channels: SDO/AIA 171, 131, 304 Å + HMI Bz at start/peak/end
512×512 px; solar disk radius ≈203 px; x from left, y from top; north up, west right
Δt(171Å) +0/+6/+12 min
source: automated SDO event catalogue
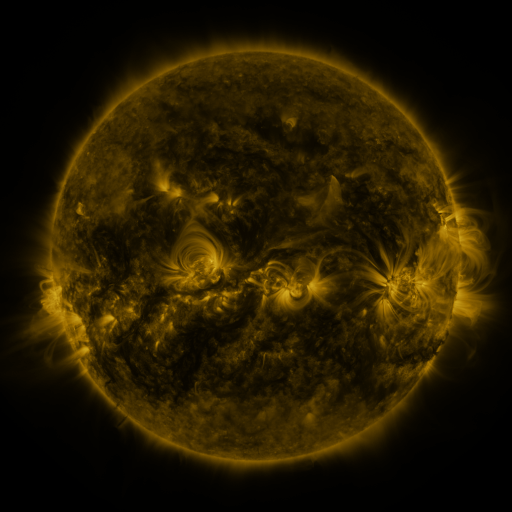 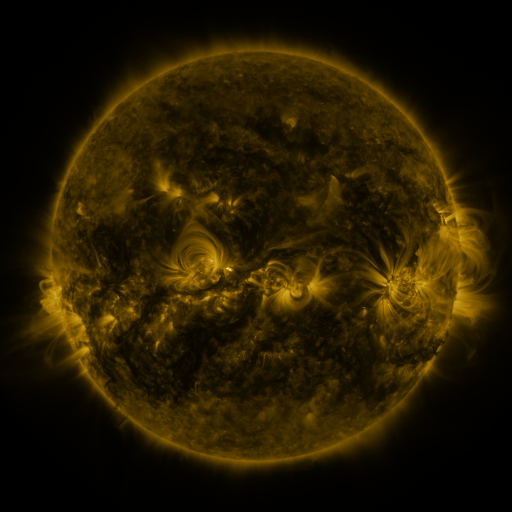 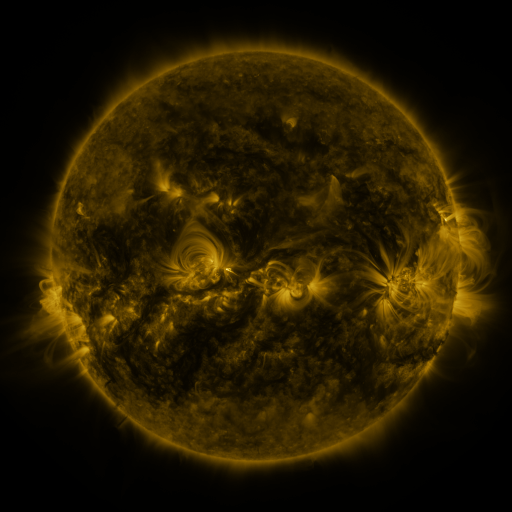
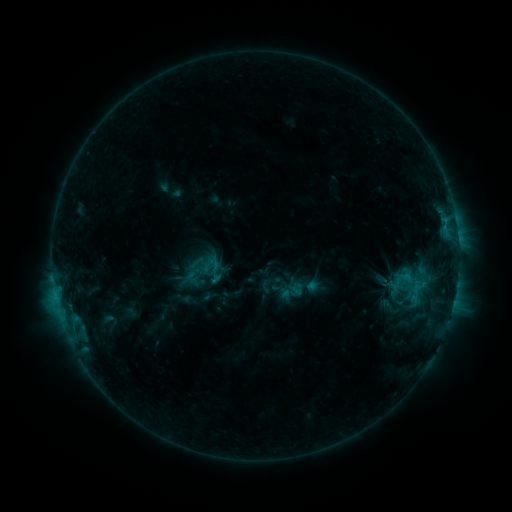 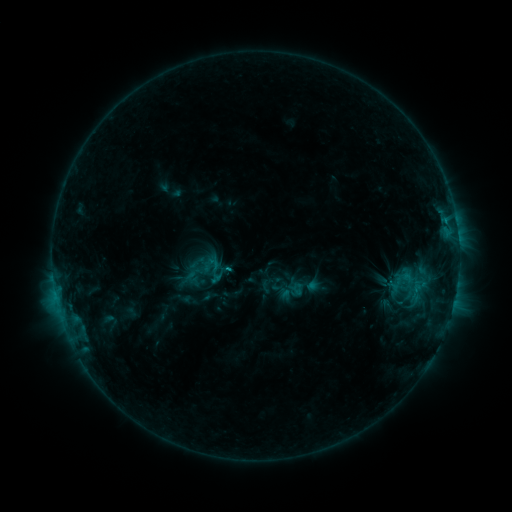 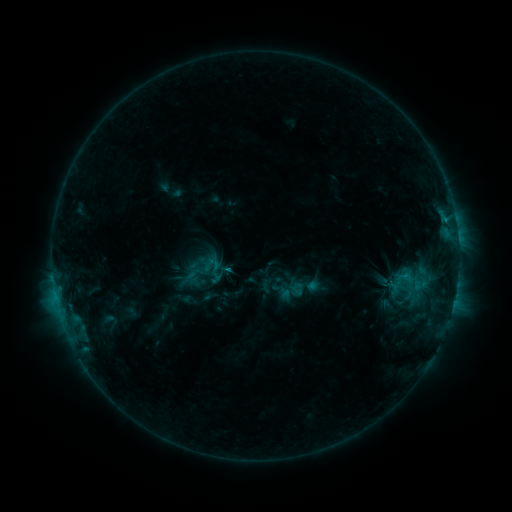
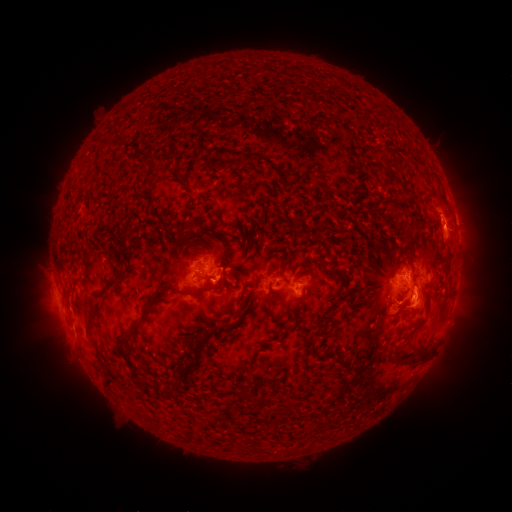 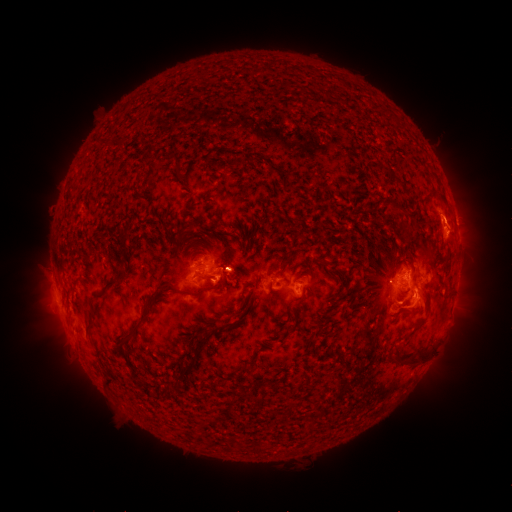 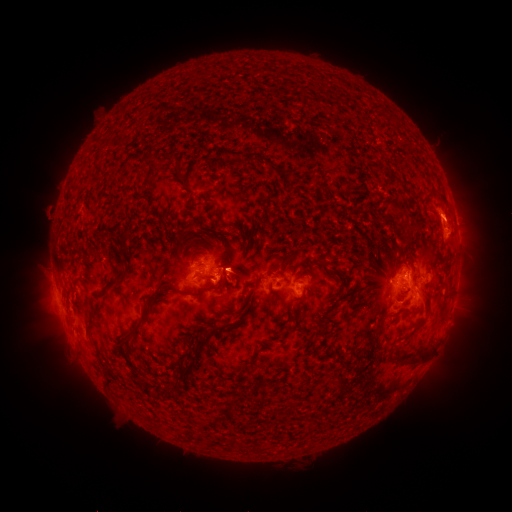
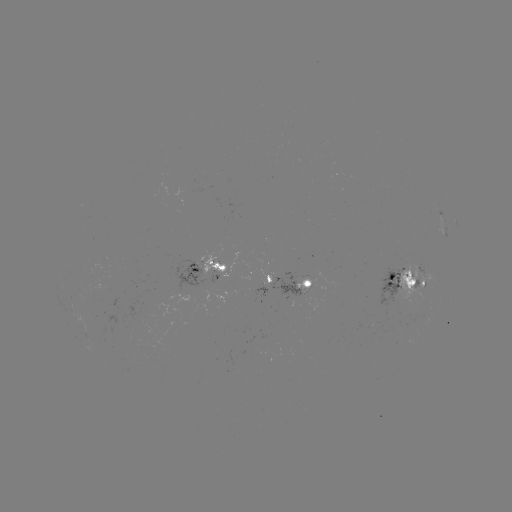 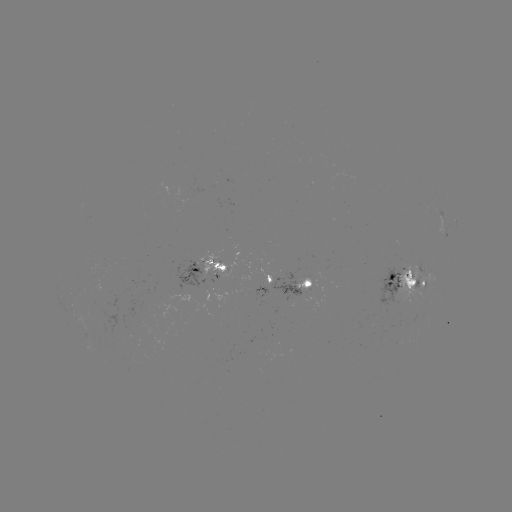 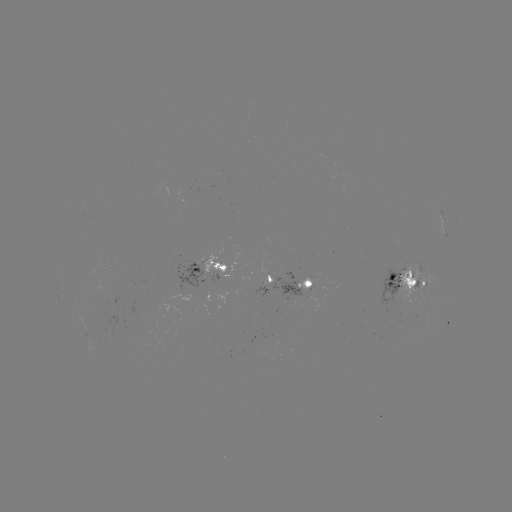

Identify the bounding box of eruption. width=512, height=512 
[422, 212, 477, 262].